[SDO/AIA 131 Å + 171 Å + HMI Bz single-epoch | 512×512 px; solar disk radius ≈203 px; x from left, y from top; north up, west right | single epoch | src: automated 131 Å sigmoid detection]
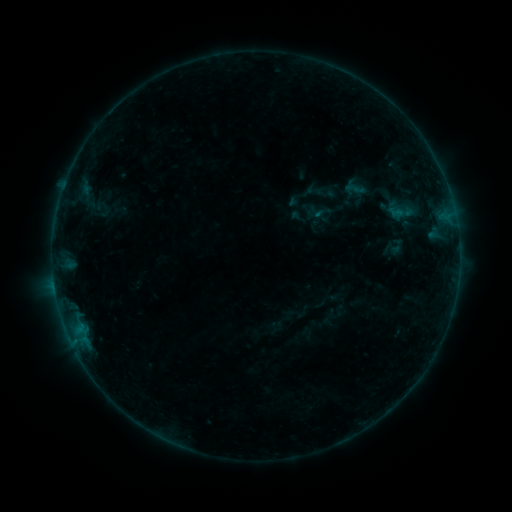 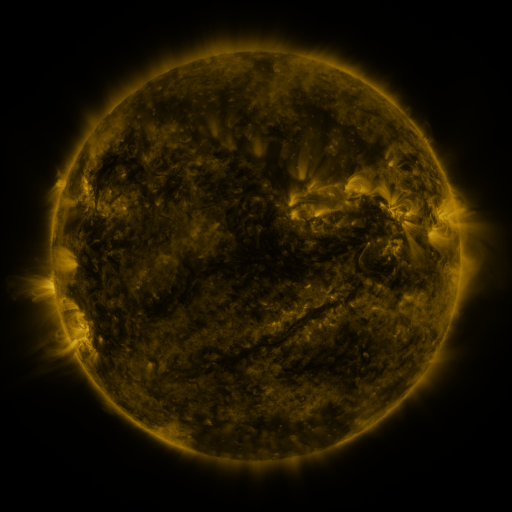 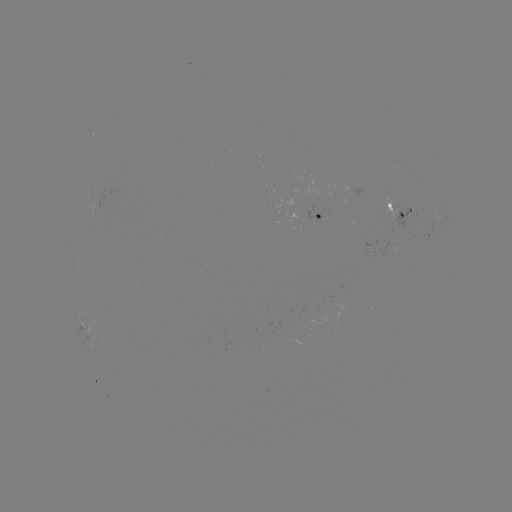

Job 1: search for sigmoid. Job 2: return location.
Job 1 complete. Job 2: (317, 212).